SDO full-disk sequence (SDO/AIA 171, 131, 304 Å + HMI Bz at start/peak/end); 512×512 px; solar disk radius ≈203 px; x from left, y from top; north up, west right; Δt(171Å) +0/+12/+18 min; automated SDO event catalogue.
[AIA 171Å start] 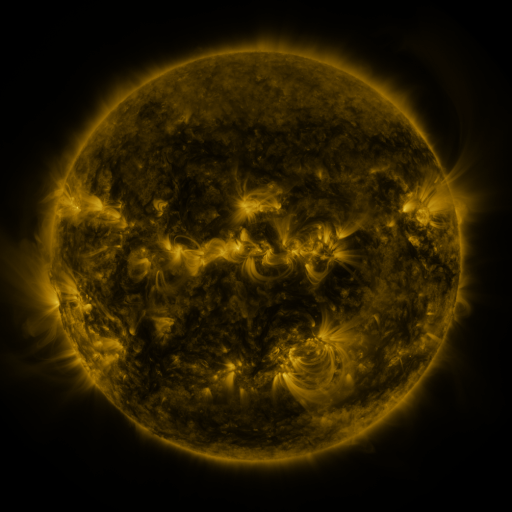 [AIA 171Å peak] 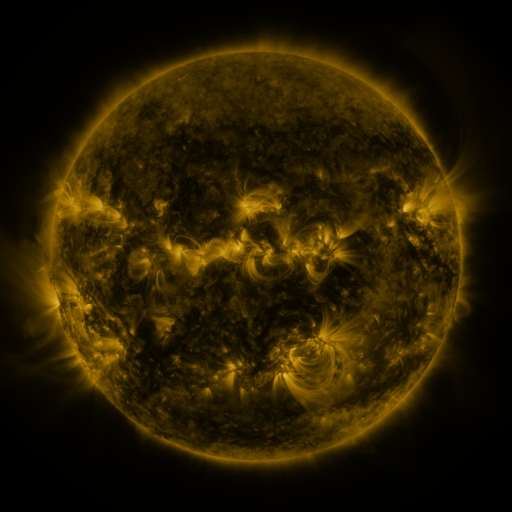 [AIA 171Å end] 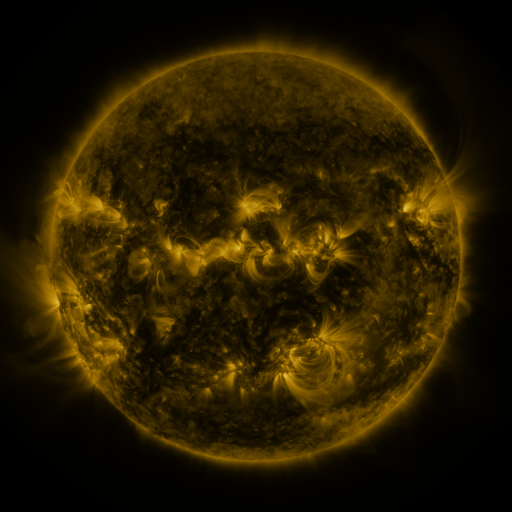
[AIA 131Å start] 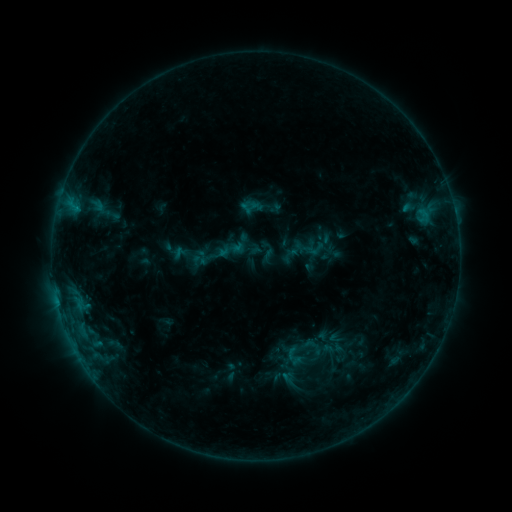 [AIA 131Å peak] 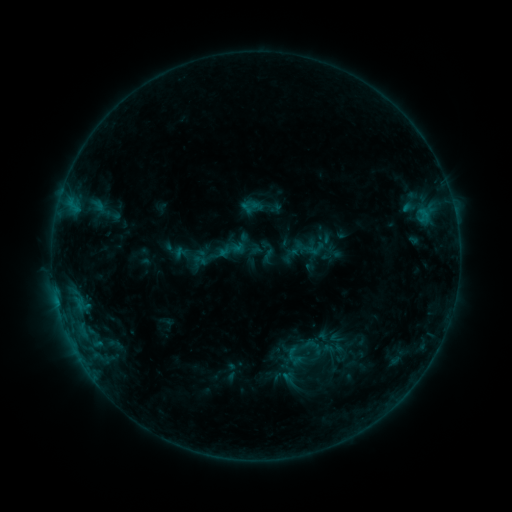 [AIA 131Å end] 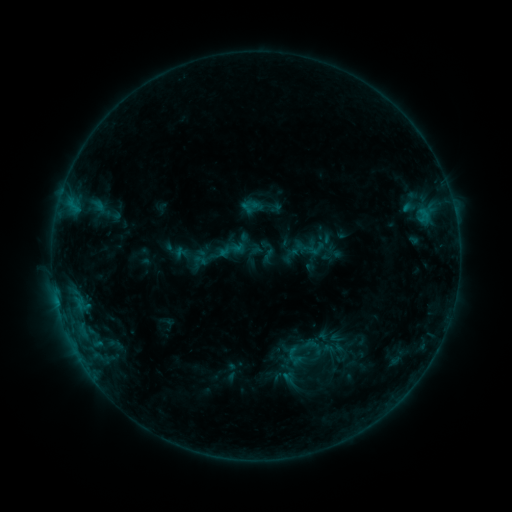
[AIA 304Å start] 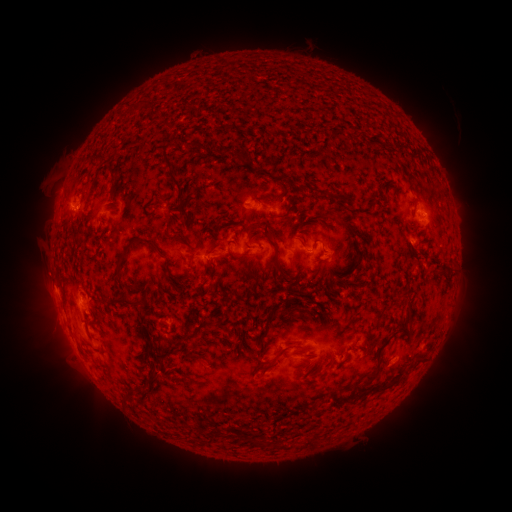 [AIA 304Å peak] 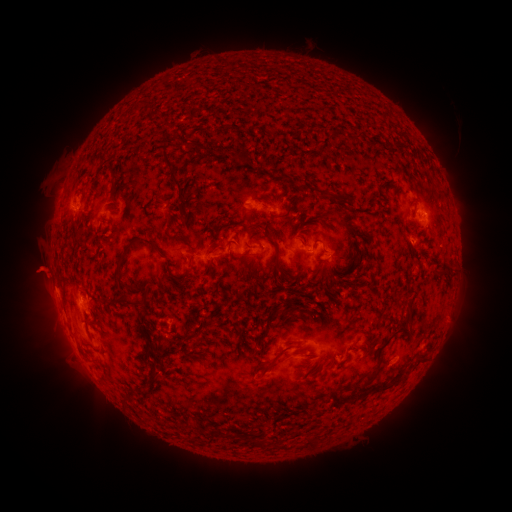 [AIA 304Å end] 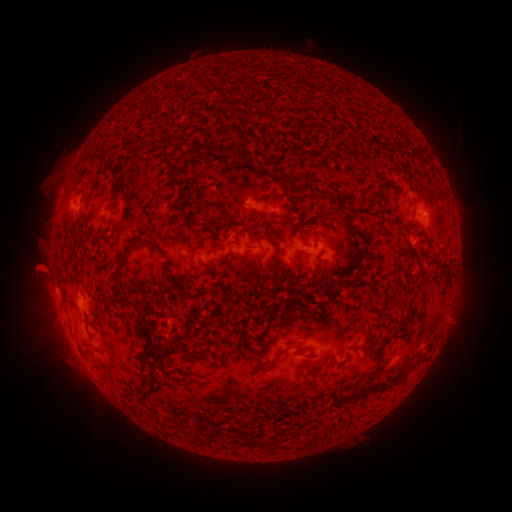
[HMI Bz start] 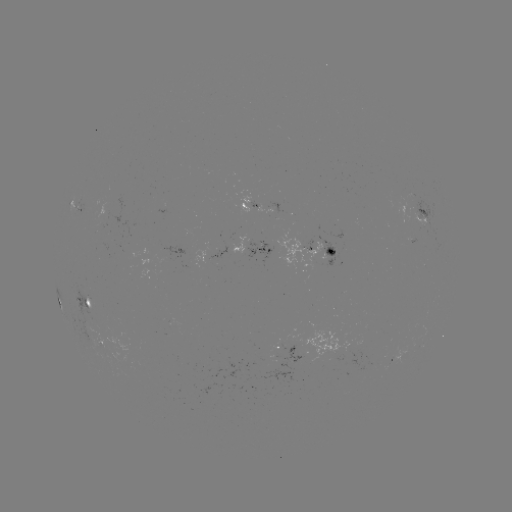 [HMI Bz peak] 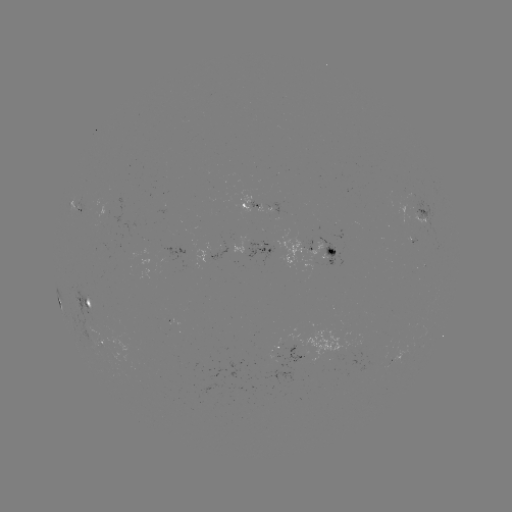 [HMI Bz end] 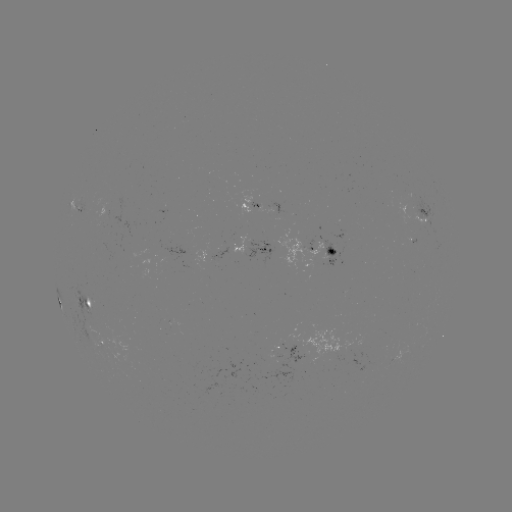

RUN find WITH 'eruption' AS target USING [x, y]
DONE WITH [40, 270] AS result